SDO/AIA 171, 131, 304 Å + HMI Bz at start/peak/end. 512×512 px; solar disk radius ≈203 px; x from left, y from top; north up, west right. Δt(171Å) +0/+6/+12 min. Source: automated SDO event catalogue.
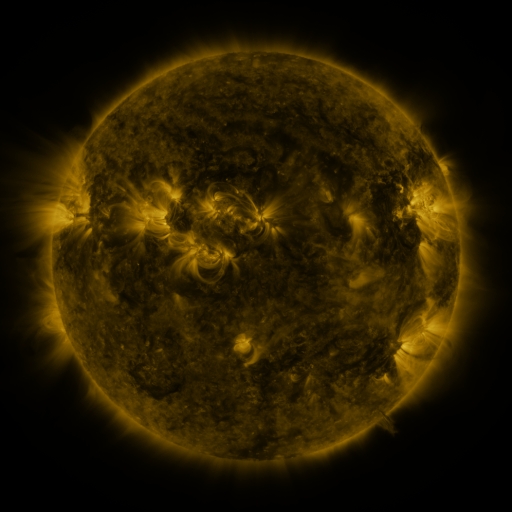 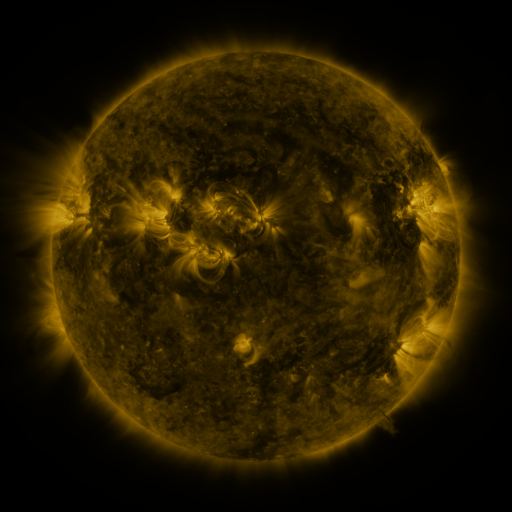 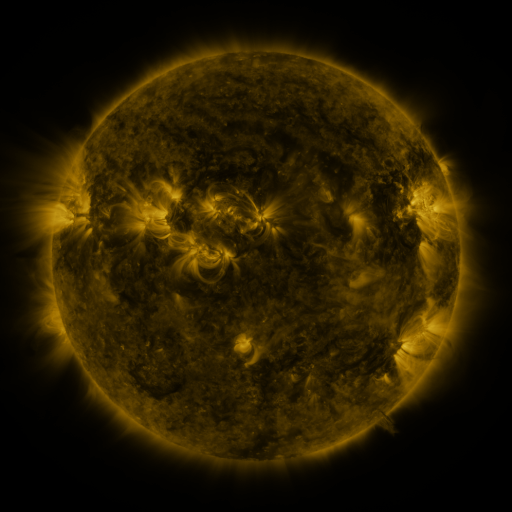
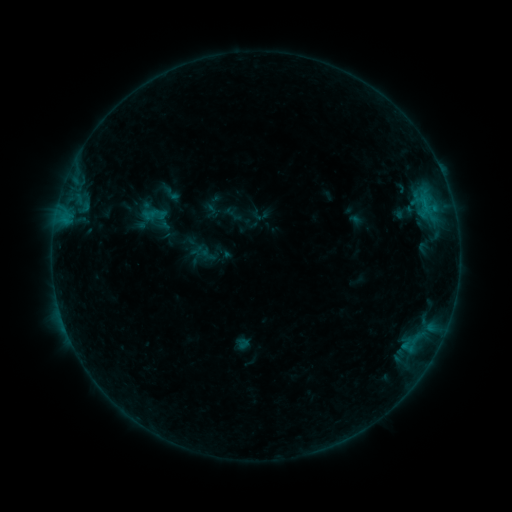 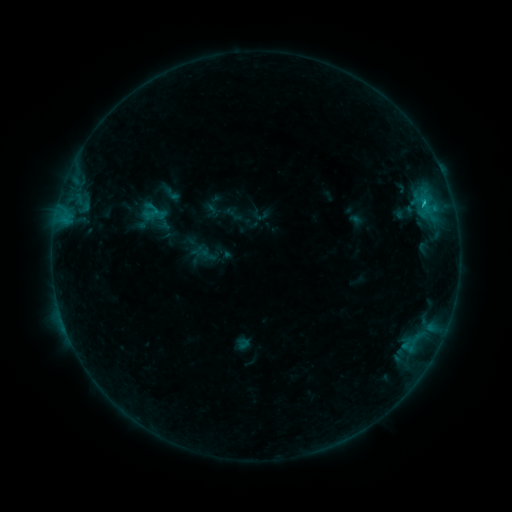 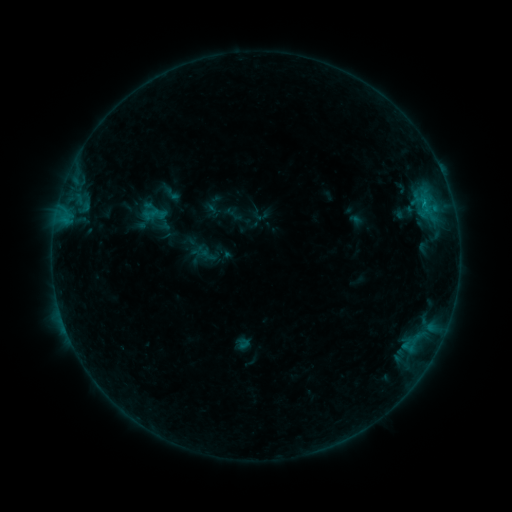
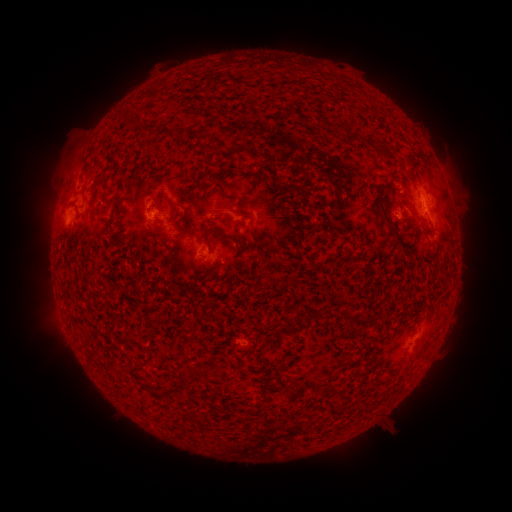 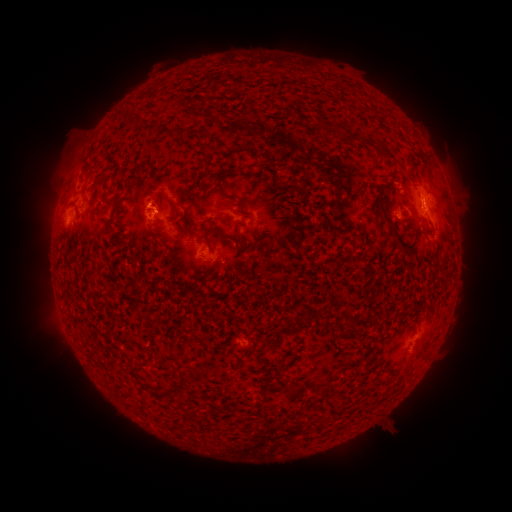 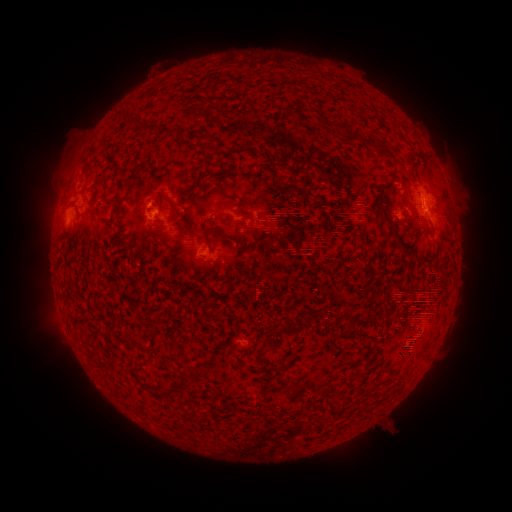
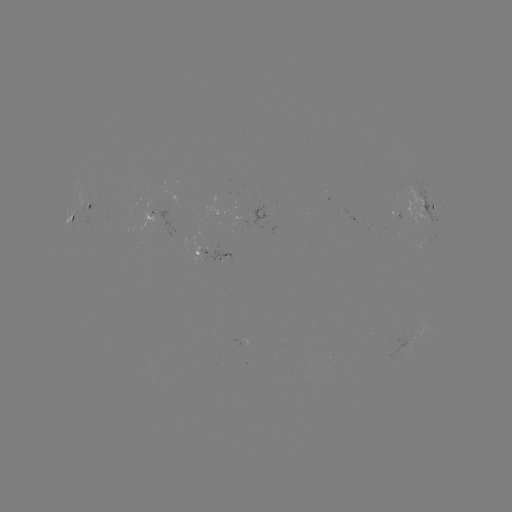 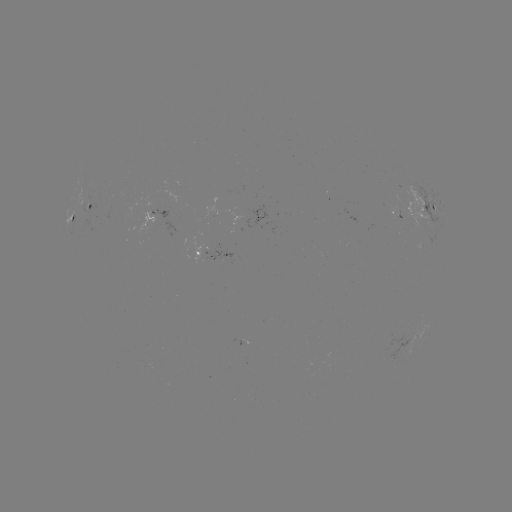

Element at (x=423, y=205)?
B6.3 flare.